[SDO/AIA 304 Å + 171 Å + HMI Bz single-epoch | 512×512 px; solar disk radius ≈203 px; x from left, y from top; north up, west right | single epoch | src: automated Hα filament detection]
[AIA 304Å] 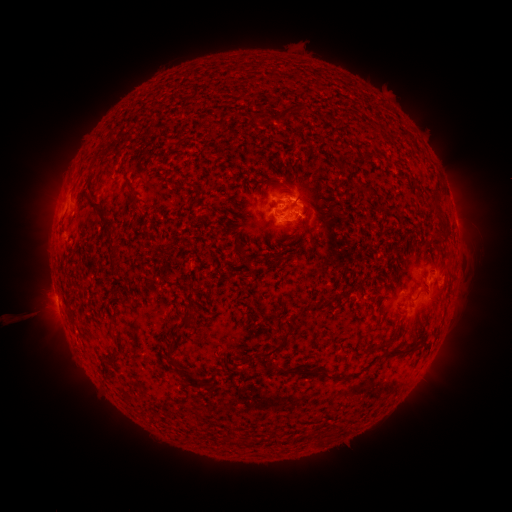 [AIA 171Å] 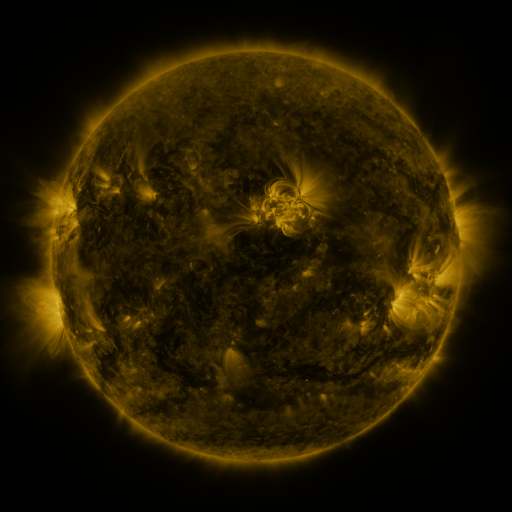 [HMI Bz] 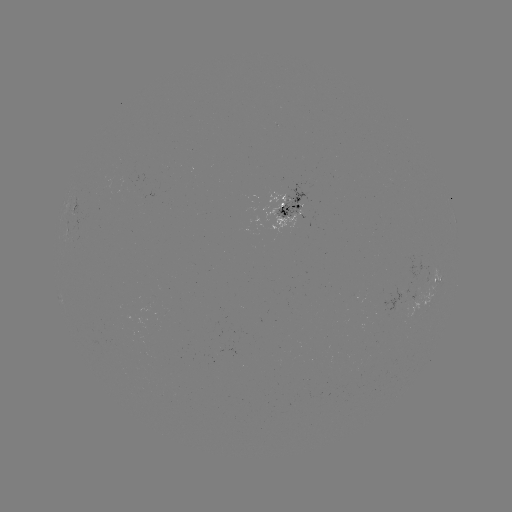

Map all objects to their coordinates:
filament: (293, 110)
filament: (257, 118)
filament: (368, 191)
filament: (134, 195)
filament: (439, 211)
filament: (104, 213)
filament: (111, 244)
filament: (247, 258)
filament: (183, 322)
filament: (280, 344)
filament: (382, 344)
filament: (170, 346)
filament: (397, 353)
filament: (308, 372)
filament: (189, 376)
filament: (250, 443)
